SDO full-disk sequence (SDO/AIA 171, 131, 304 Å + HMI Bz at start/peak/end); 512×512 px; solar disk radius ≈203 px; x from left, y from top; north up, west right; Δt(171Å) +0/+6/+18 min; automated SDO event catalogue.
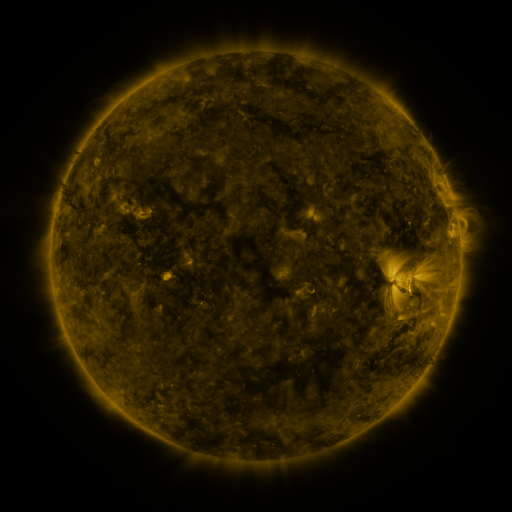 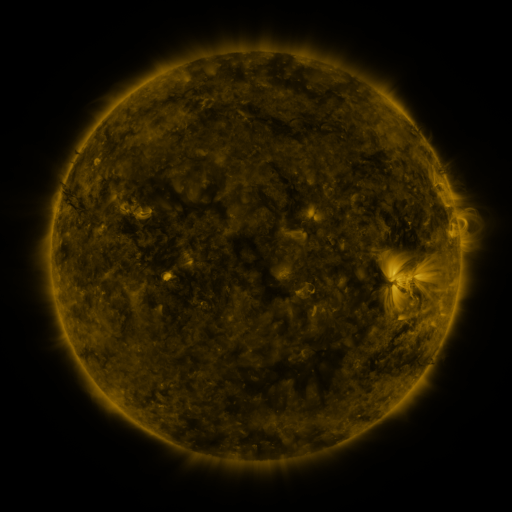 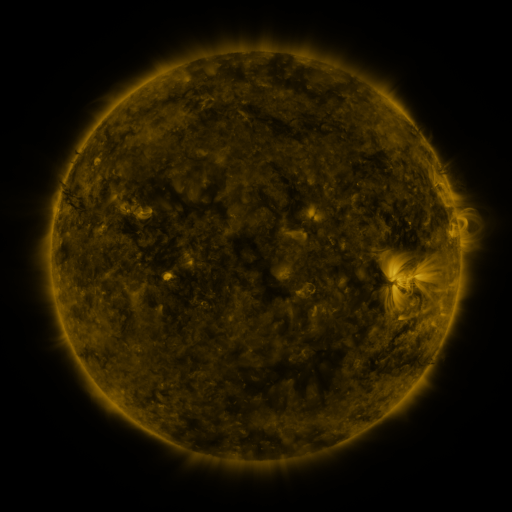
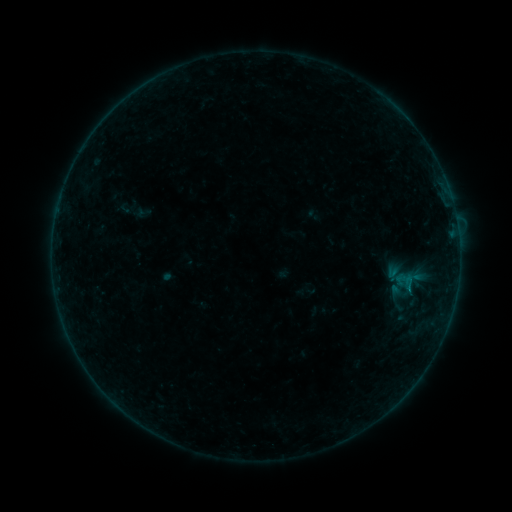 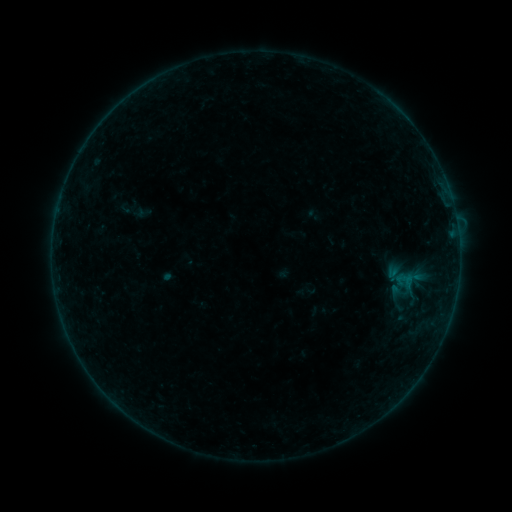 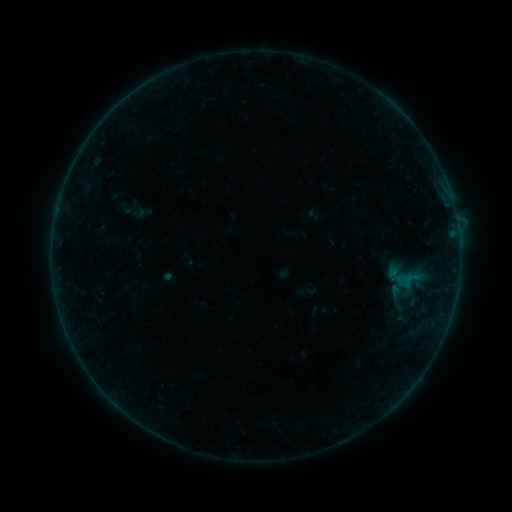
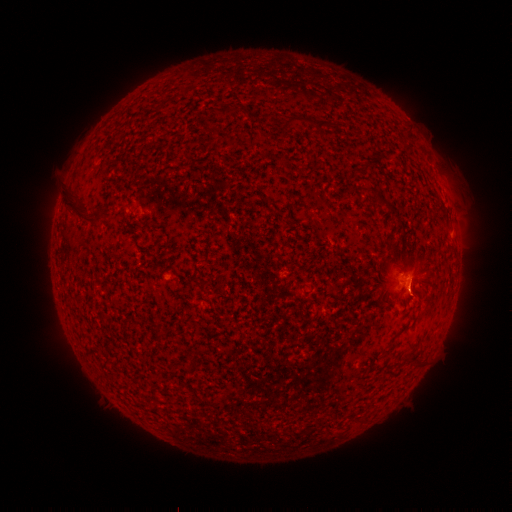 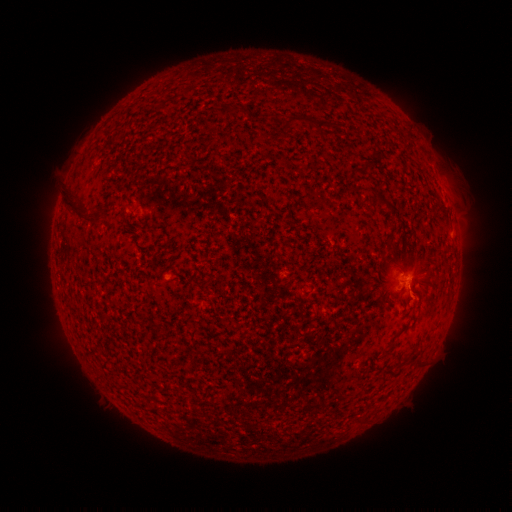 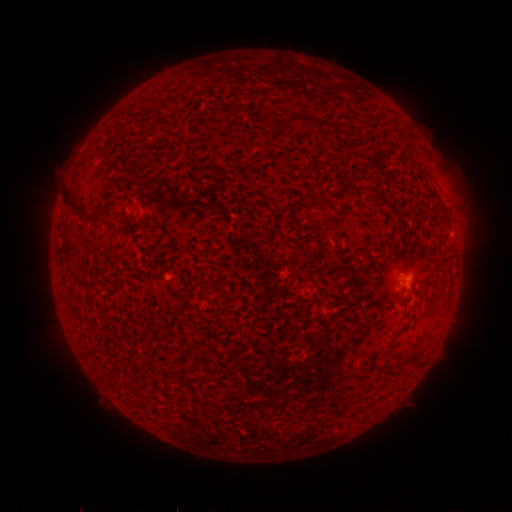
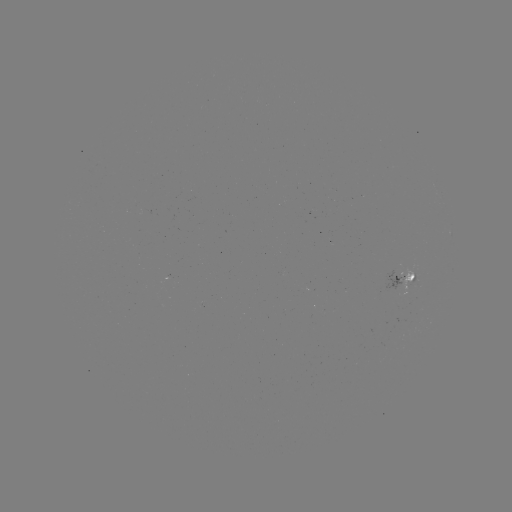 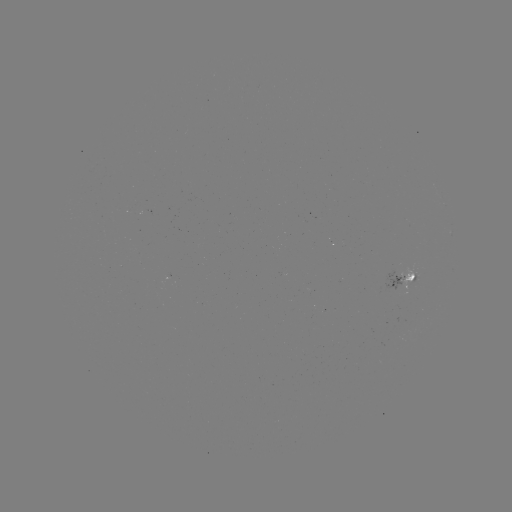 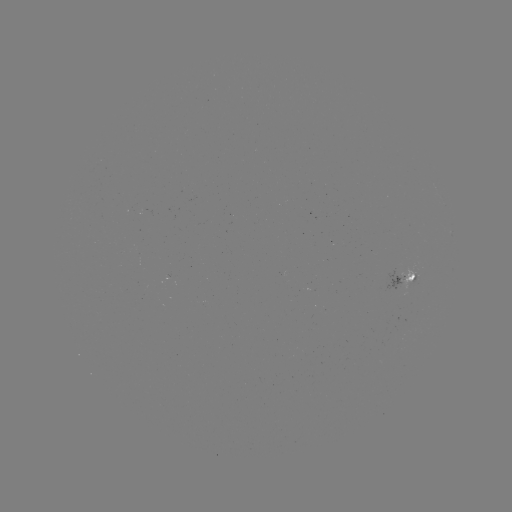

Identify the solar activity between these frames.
B1.6 flare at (408, 280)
